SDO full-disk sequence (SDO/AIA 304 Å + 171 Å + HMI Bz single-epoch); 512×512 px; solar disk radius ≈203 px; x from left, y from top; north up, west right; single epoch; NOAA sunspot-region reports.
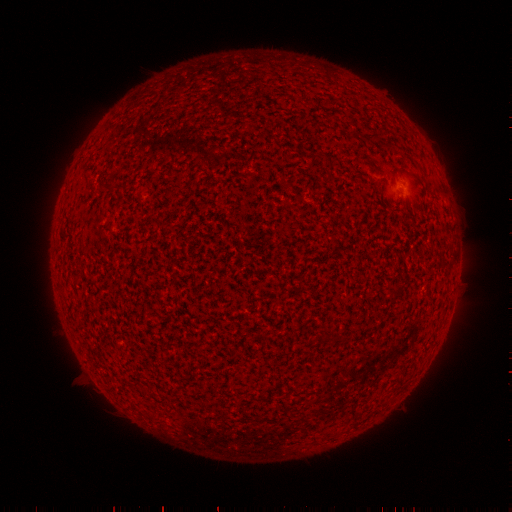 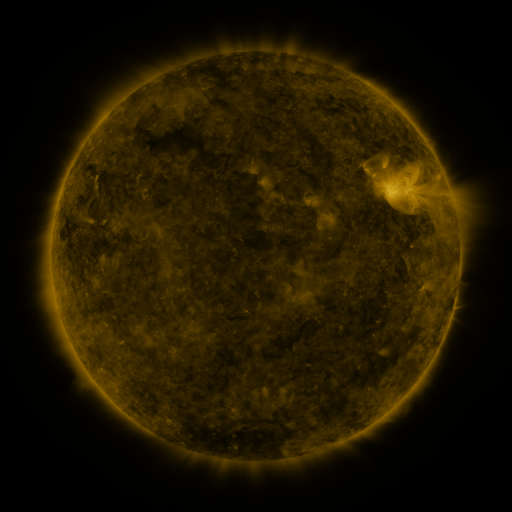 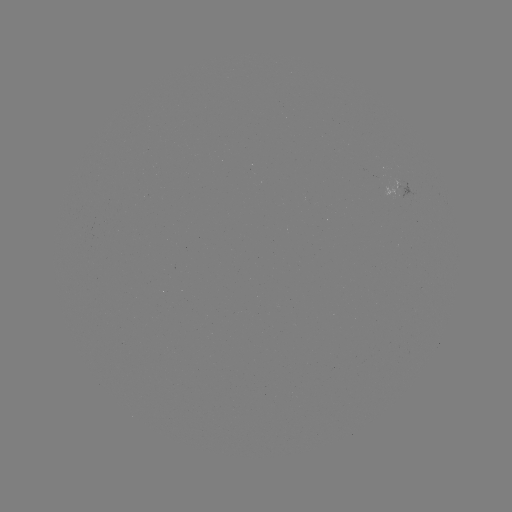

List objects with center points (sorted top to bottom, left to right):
spotted active region: (396, 190)
